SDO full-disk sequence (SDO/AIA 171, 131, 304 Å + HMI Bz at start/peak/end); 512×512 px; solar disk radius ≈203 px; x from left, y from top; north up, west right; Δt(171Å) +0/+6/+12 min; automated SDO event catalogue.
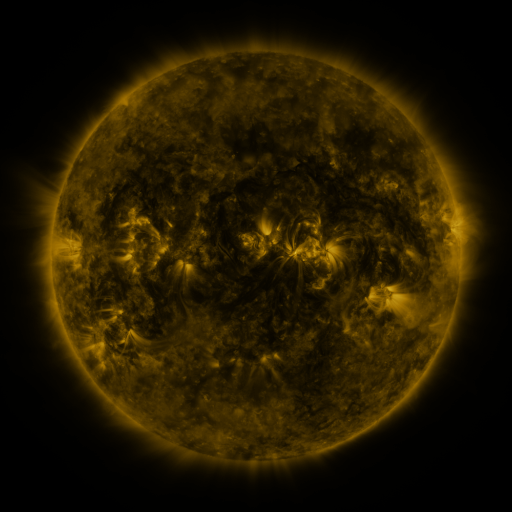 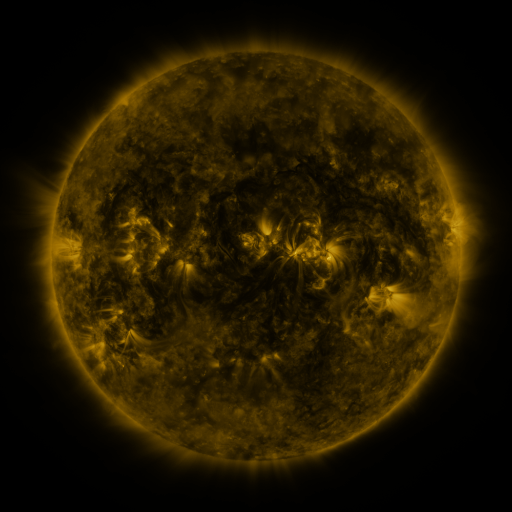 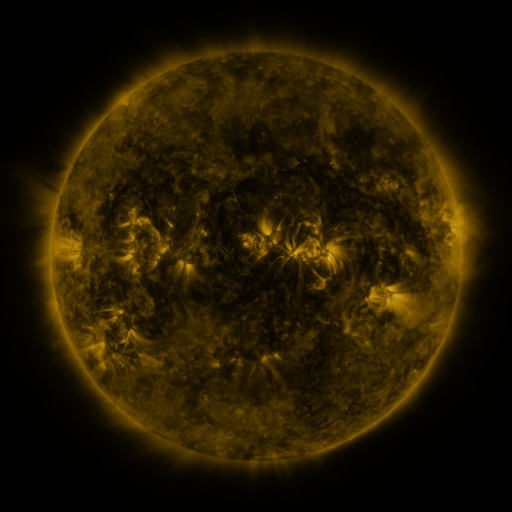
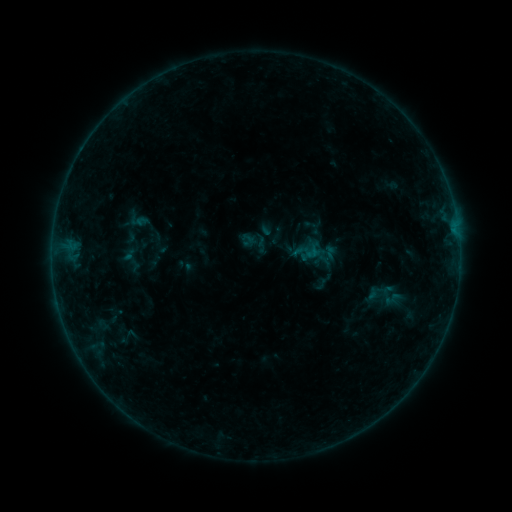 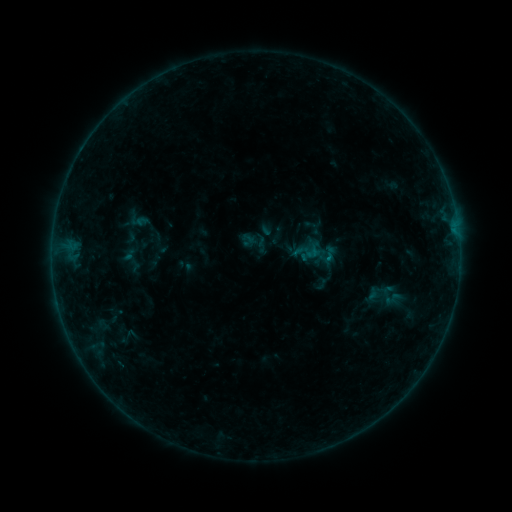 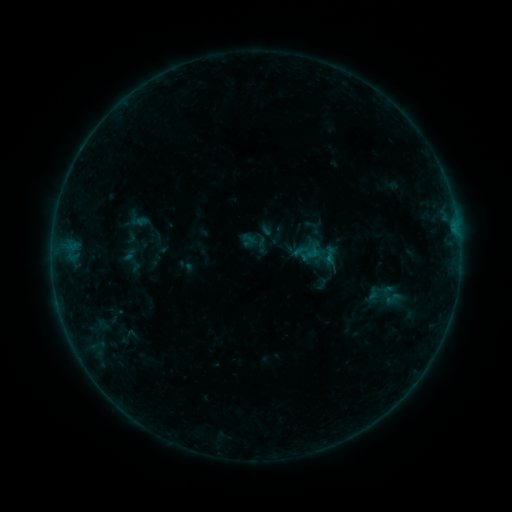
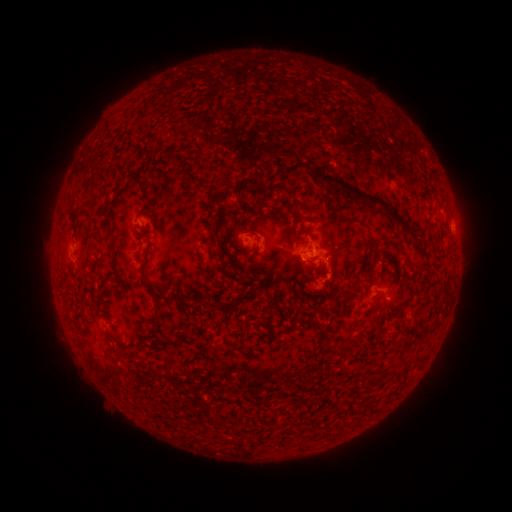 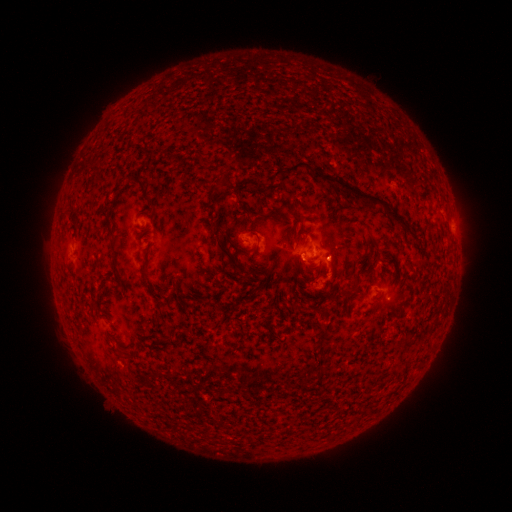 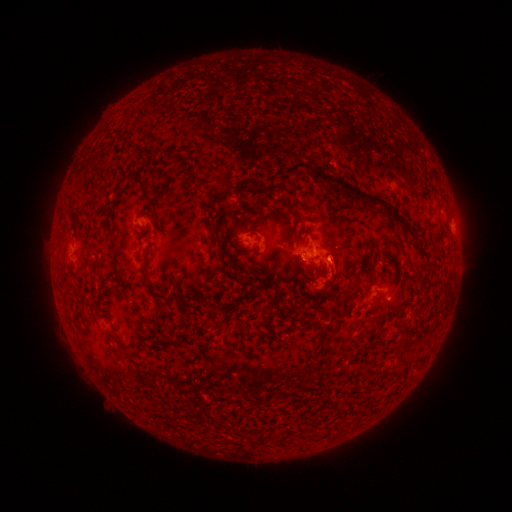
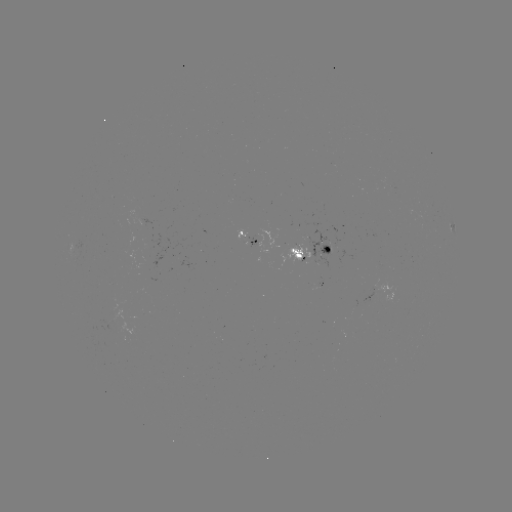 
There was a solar eruption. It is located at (334, 255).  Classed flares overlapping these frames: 1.